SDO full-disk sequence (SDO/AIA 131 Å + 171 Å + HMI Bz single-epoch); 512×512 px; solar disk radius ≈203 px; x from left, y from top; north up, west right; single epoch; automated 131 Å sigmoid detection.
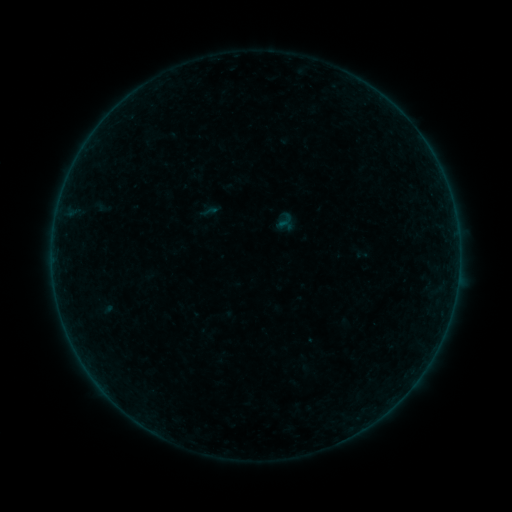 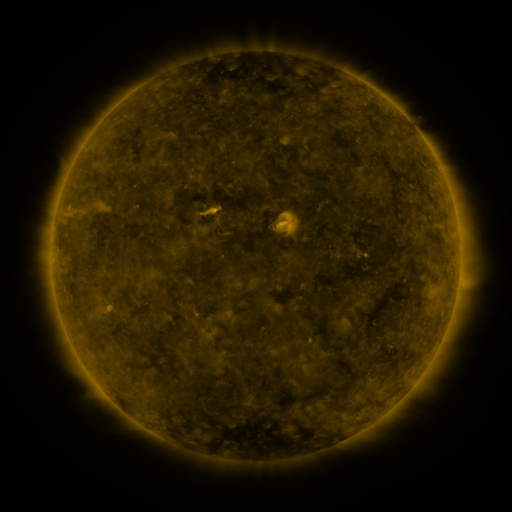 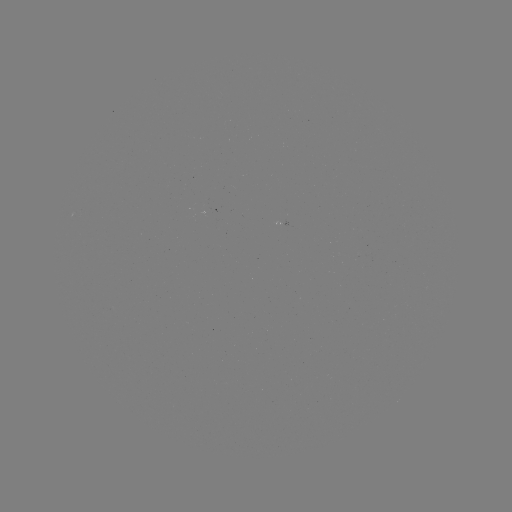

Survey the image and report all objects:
sigmoid: [199, 202, 218, 221]
